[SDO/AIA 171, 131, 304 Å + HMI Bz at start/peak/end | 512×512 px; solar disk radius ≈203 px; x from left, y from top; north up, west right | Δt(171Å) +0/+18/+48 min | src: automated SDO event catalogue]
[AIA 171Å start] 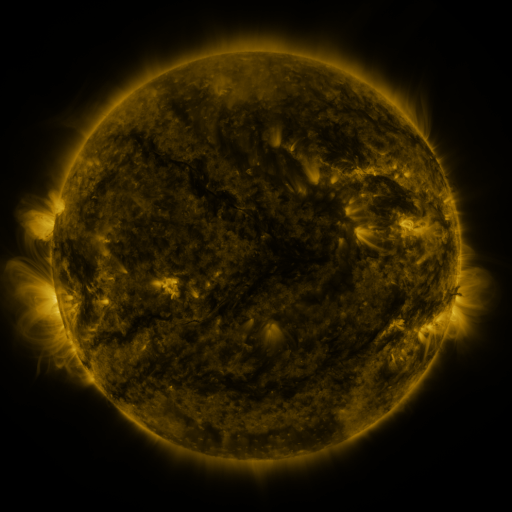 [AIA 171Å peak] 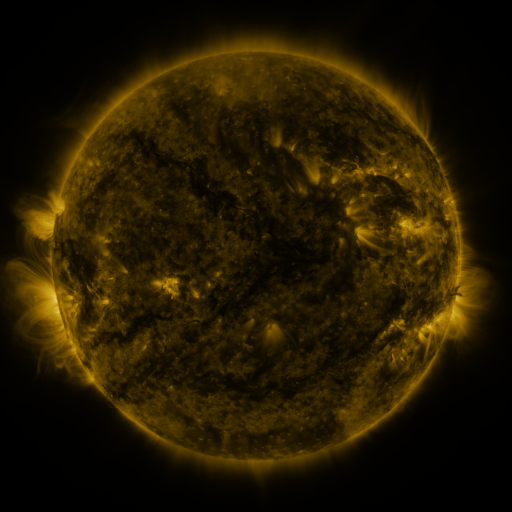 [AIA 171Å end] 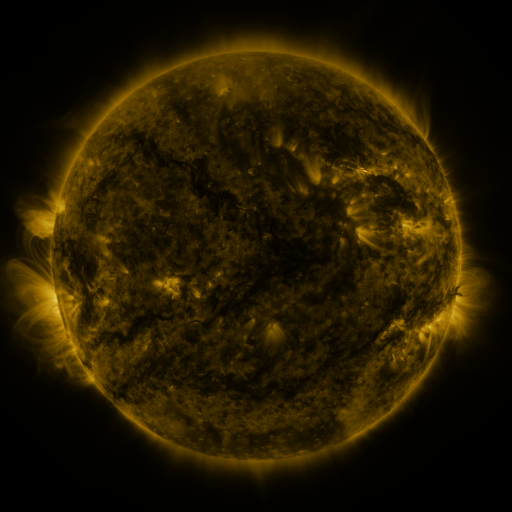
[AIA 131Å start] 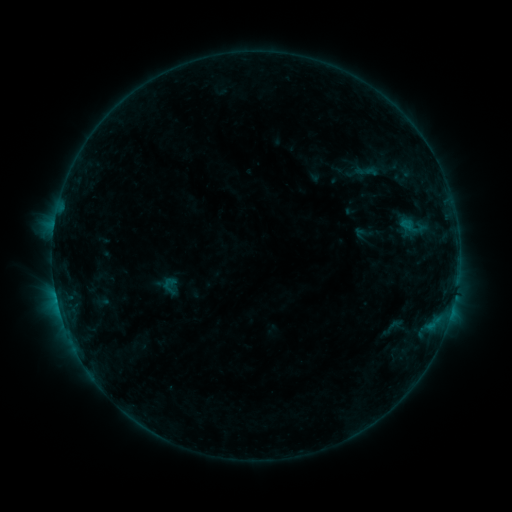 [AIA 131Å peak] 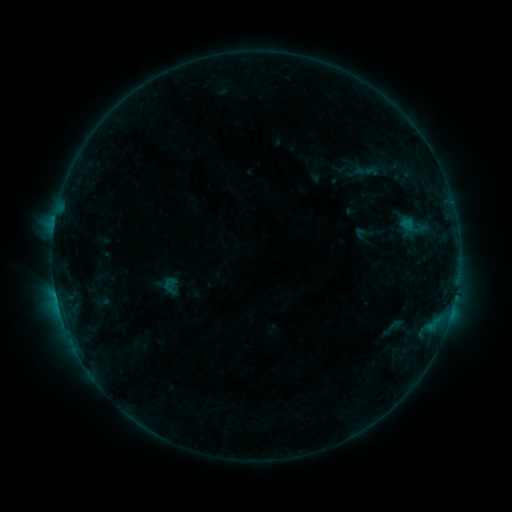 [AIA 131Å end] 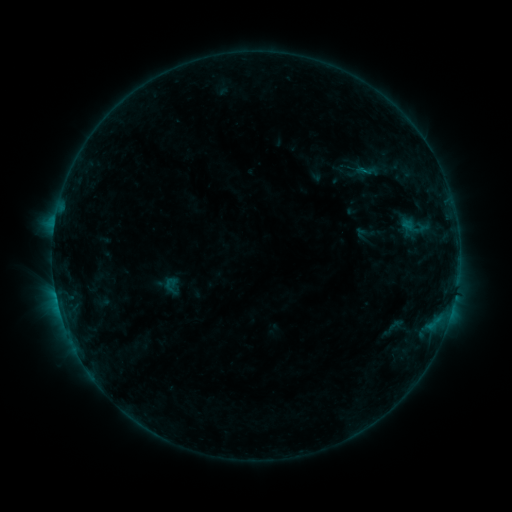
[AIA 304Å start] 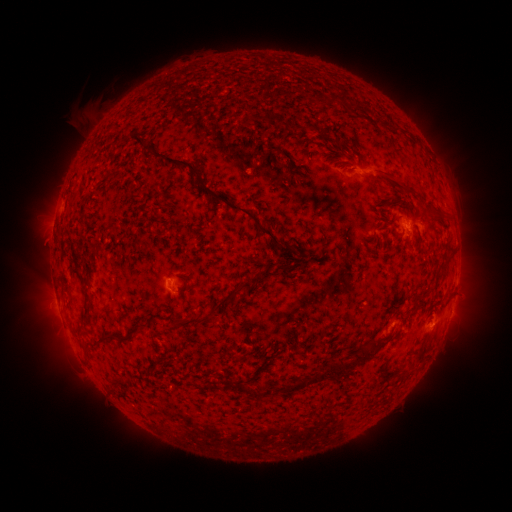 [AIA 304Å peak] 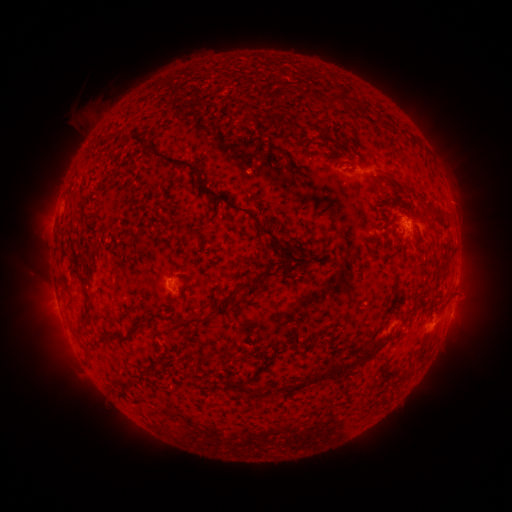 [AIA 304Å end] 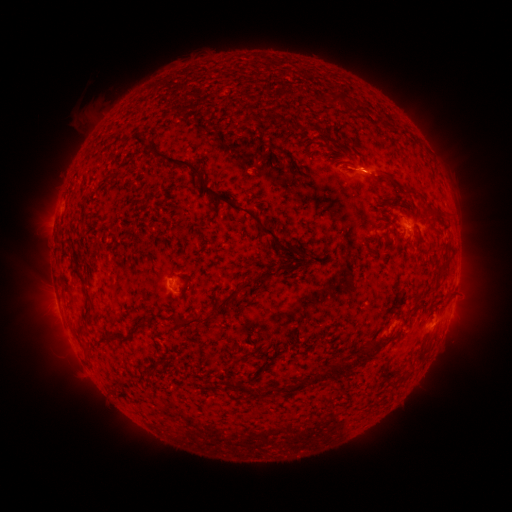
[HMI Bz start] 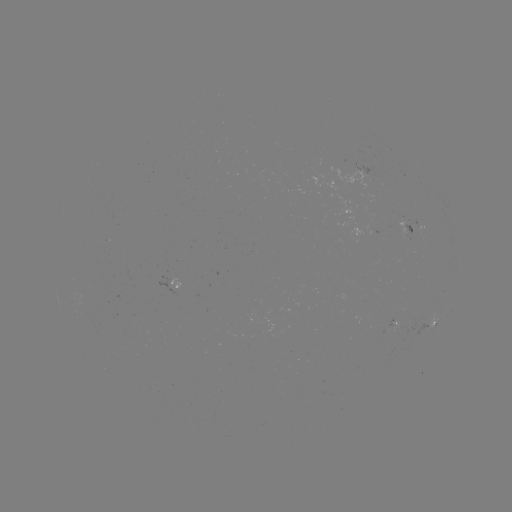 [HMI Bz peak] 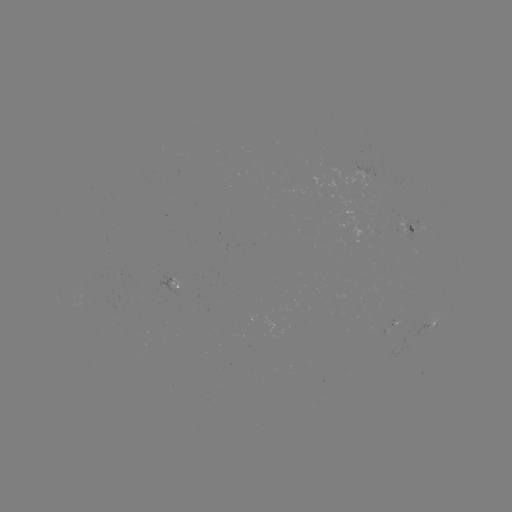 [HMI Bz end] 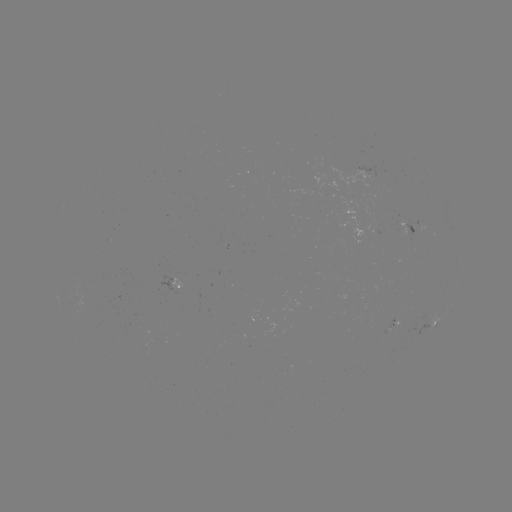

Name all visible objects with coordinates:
B3.8 flare: (408, 224)
